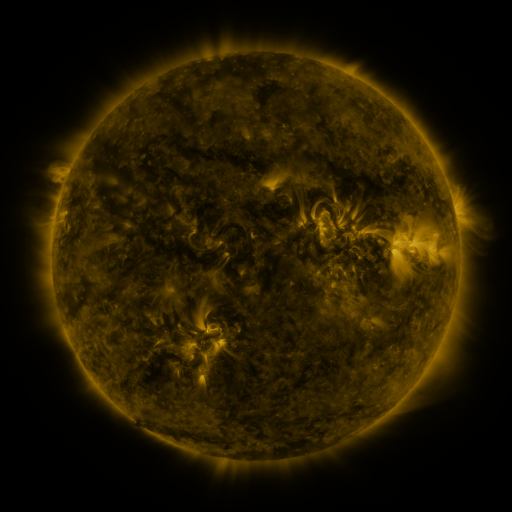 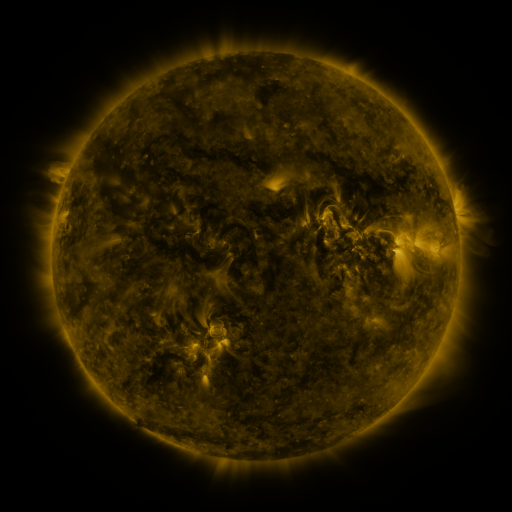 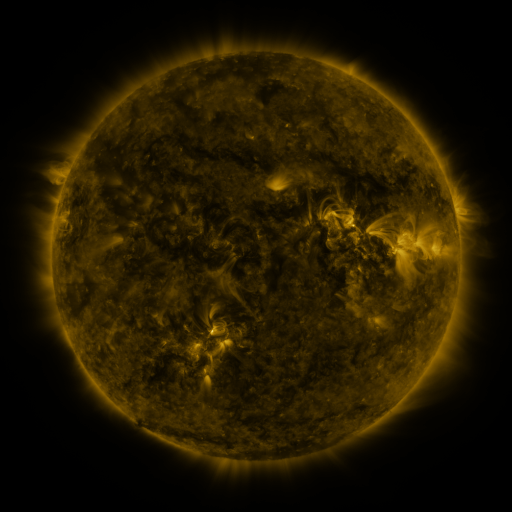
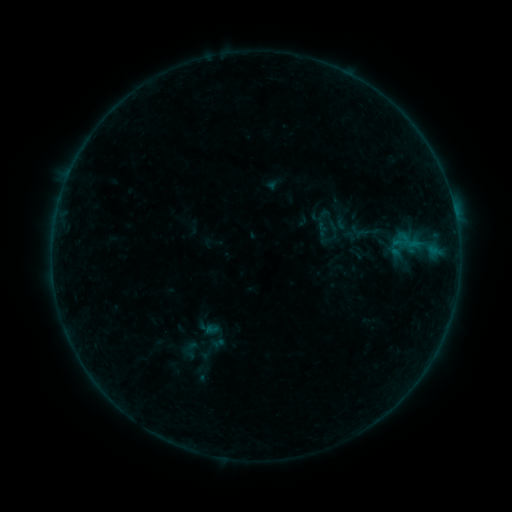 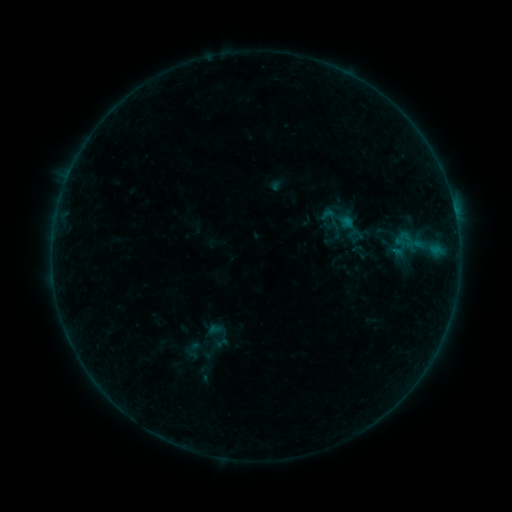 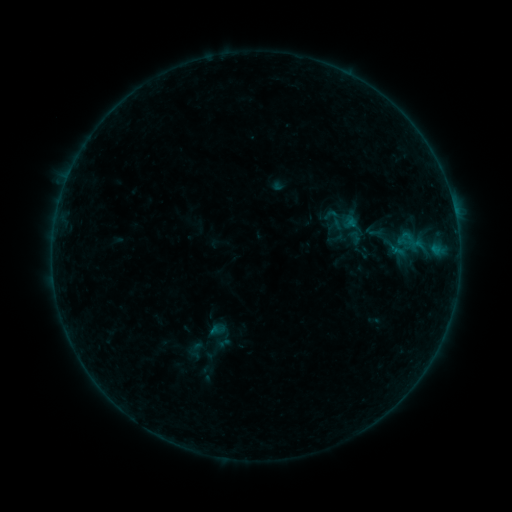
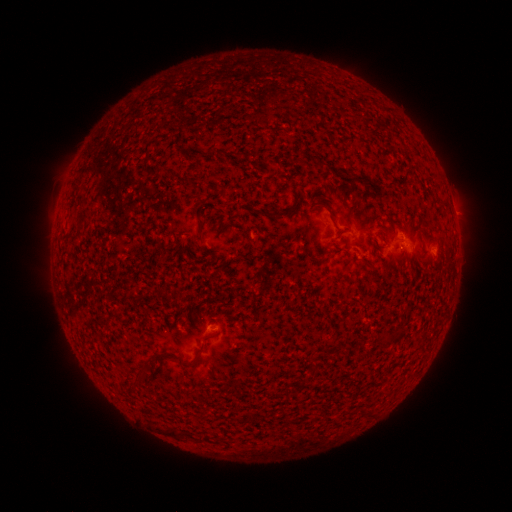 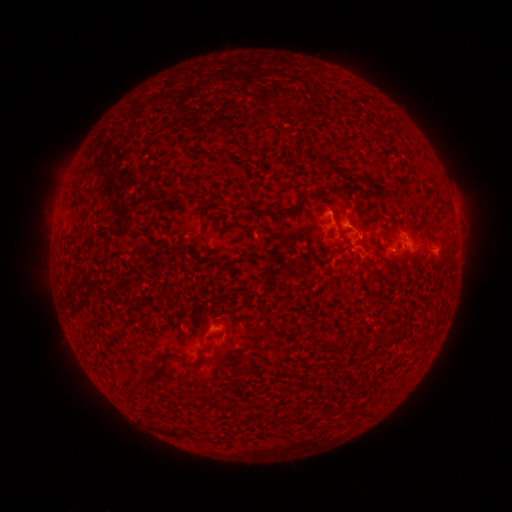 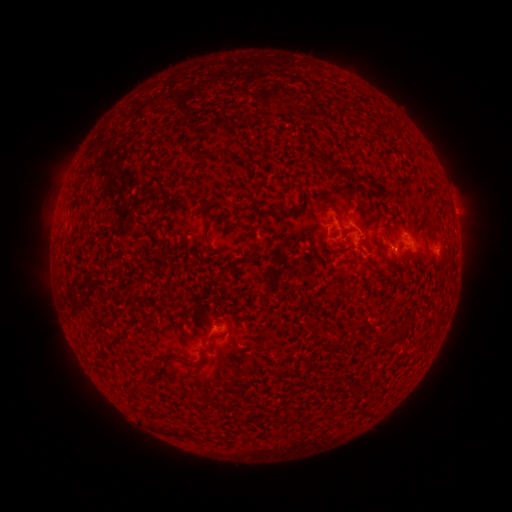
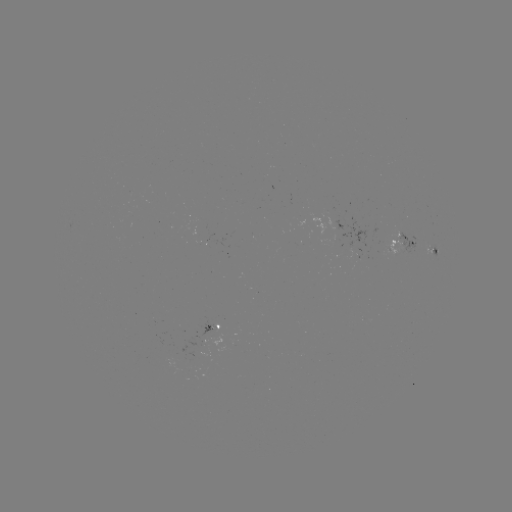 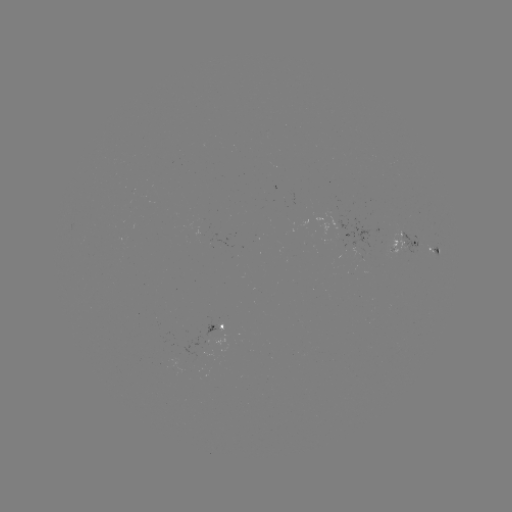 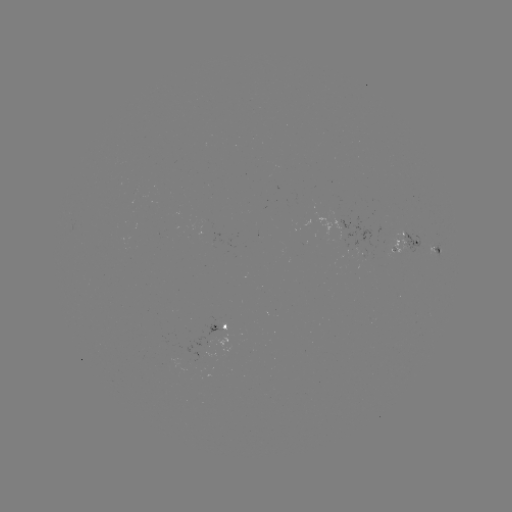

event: flare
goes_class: B6.3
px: (348, 221)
